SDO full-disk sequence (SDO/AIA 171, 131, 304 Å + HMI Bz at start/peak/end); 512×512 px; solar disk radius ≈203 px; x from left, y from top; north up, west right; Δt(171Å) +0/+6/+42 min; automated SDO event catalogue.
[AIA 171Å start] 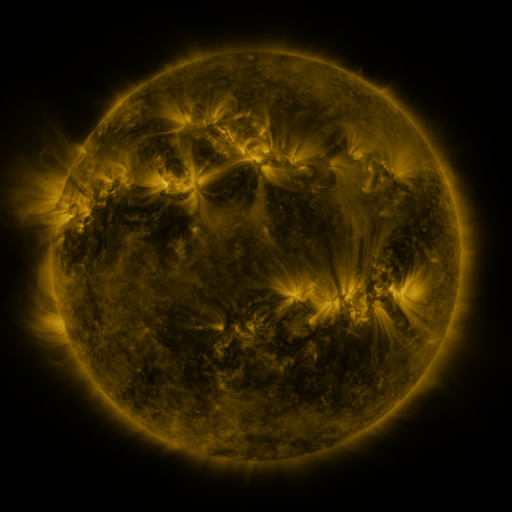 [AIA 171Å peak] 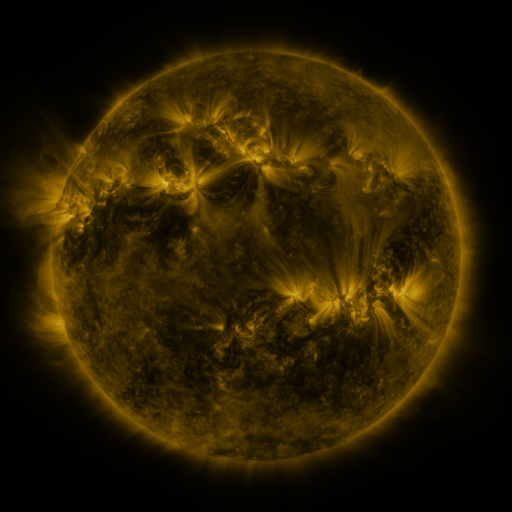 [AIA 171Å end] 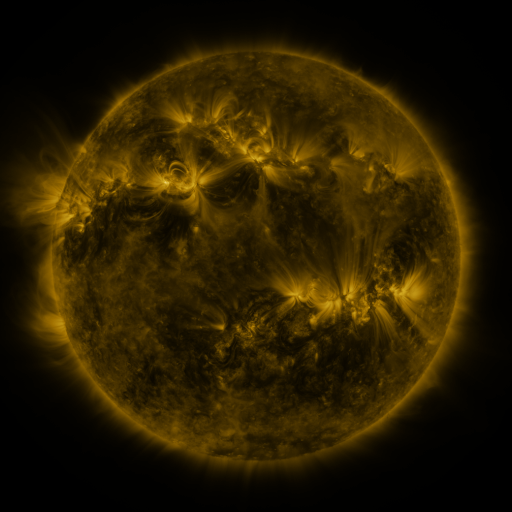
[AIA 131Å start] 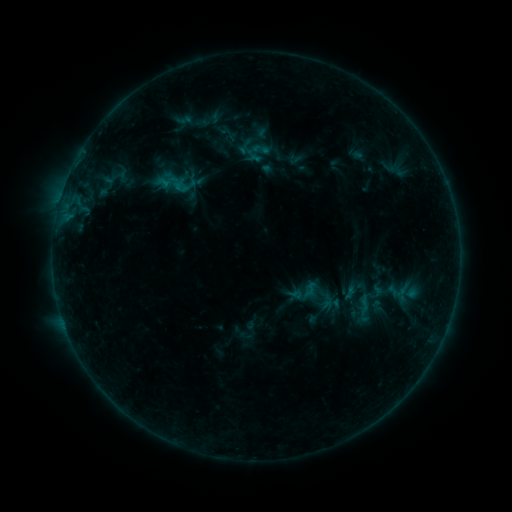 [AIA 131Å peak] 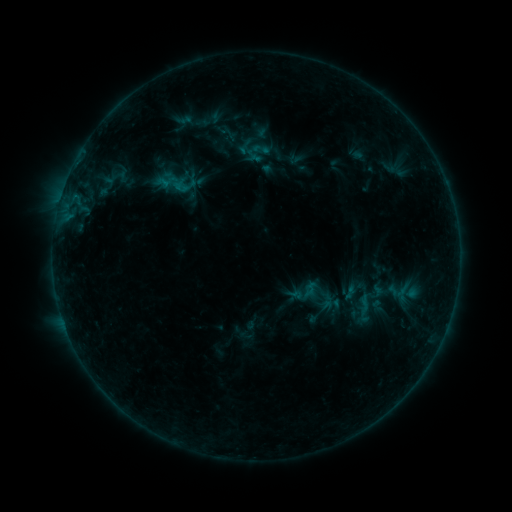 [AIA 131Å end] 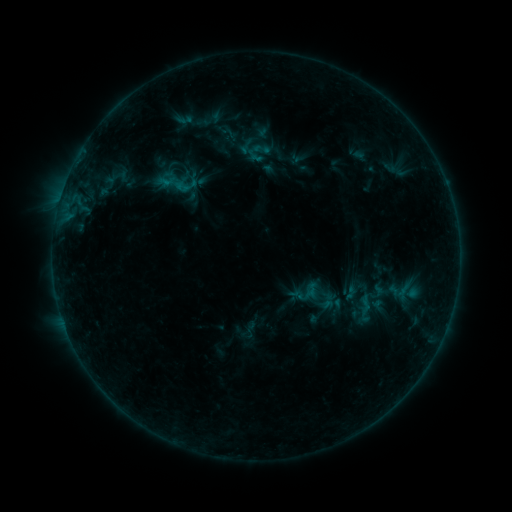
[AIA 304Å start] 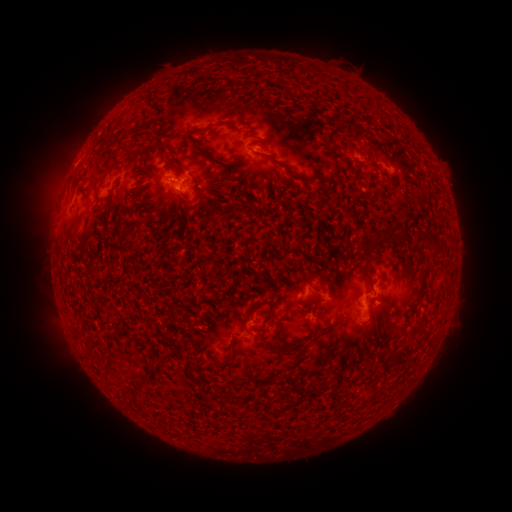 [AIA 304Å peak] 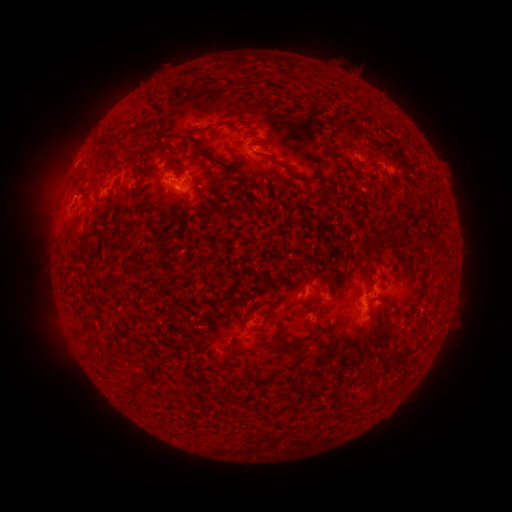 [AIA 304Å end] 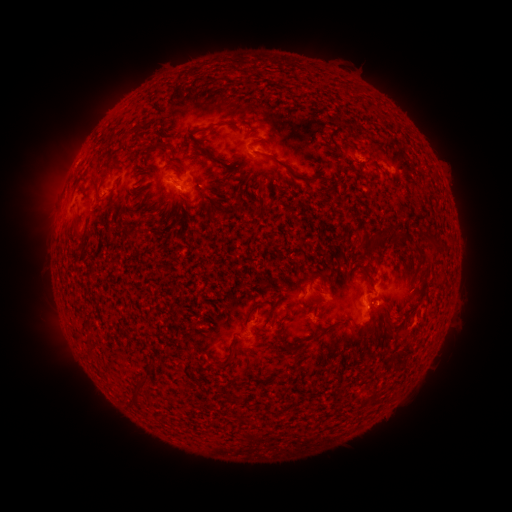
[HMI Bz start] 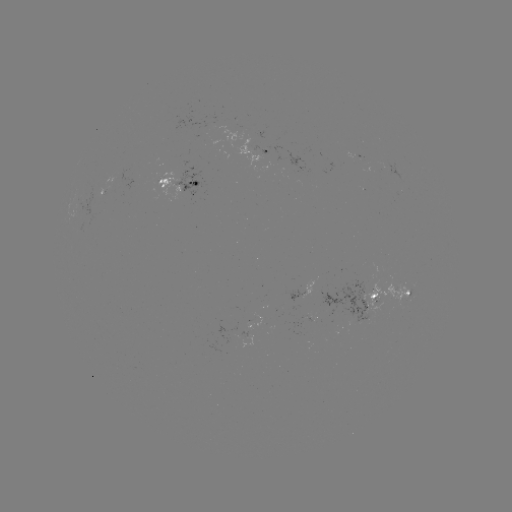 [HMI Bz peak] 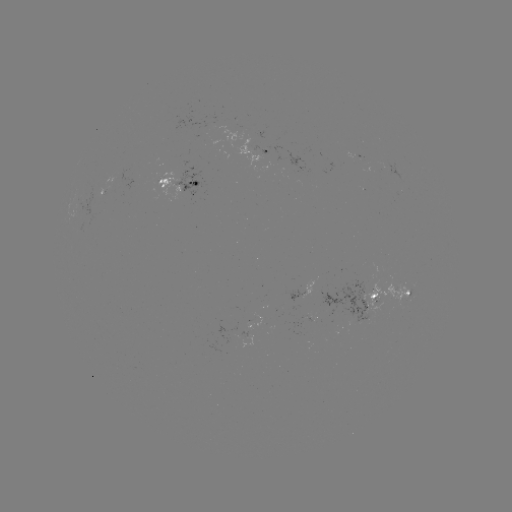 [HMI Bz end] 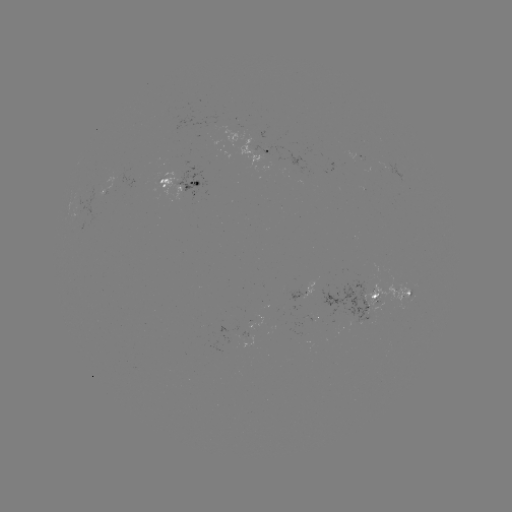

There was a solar emerging-flux region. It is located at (107, 187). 